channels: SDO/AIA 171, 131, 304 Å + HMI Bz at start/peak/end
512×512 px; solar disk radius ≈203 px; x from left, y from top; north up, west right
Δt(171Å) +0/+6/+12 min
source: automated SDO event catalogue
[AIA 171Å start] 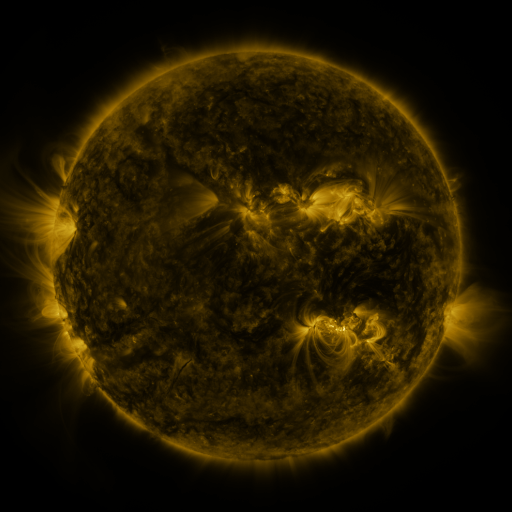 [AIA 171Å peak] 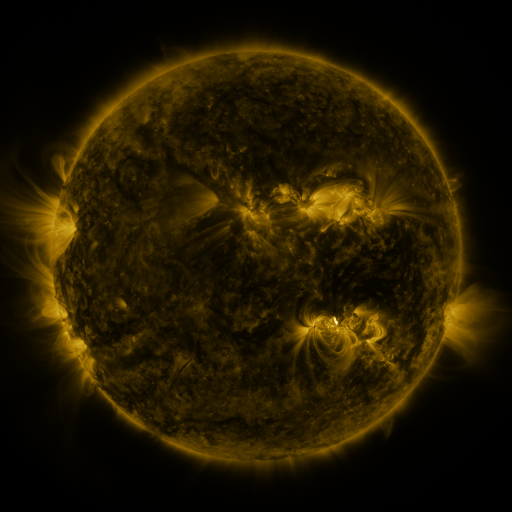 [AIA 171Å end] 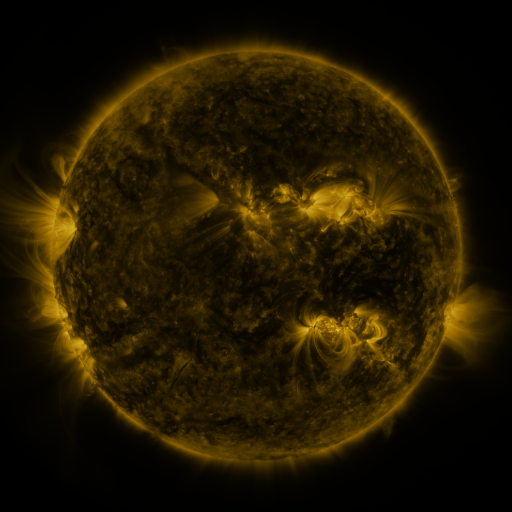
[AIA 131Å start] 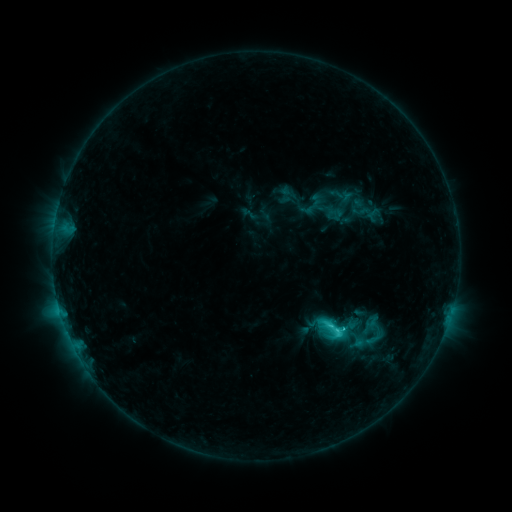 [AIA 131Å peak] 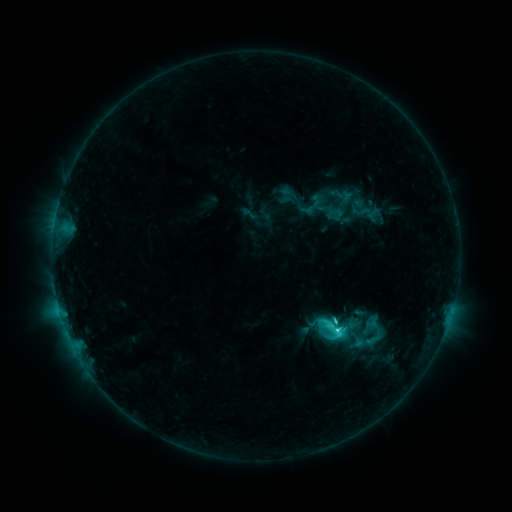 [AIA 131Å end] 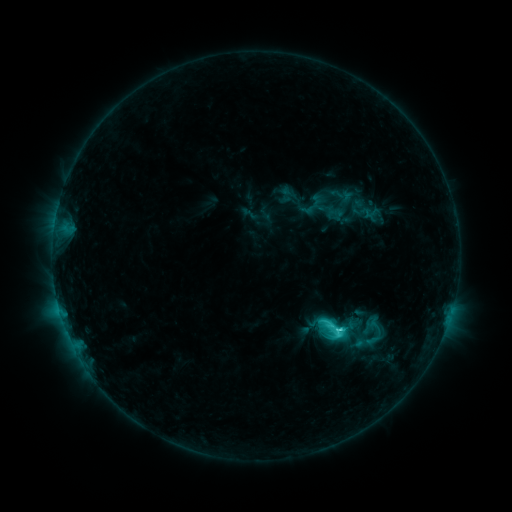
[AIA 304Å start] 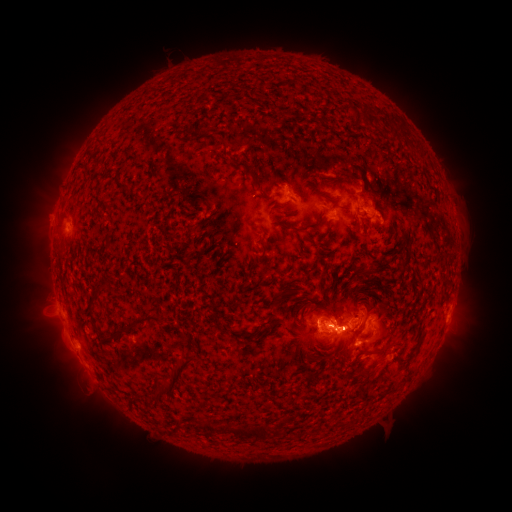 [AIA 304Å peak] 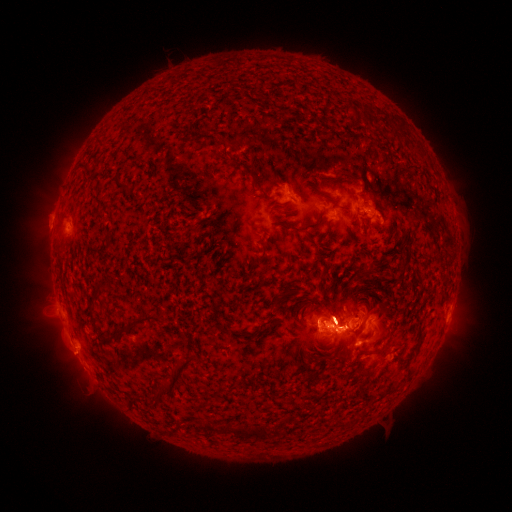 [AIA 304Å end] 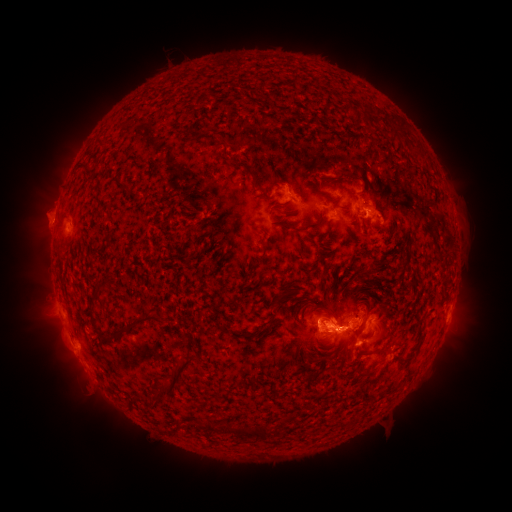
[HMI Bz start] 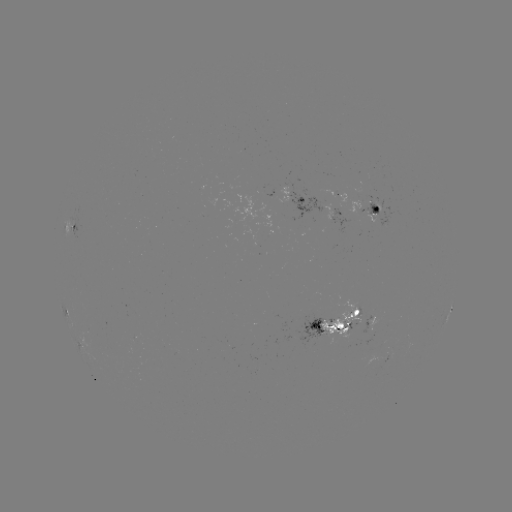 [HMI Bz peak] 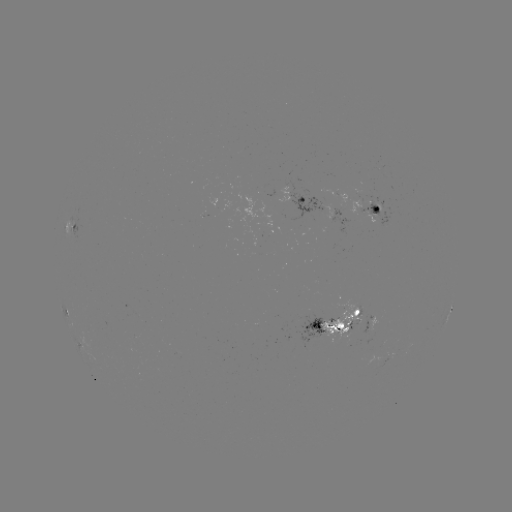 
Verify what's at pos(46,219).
eruption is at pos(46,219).